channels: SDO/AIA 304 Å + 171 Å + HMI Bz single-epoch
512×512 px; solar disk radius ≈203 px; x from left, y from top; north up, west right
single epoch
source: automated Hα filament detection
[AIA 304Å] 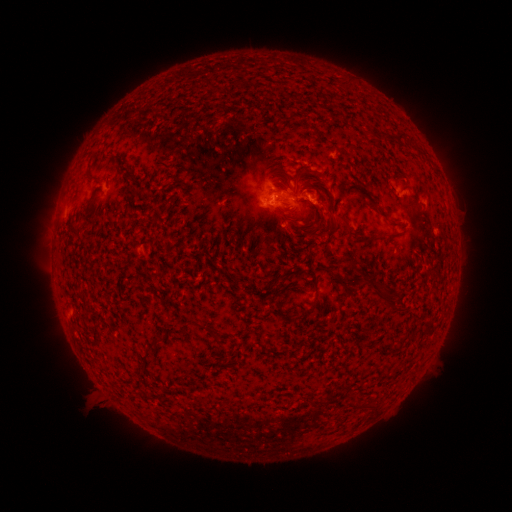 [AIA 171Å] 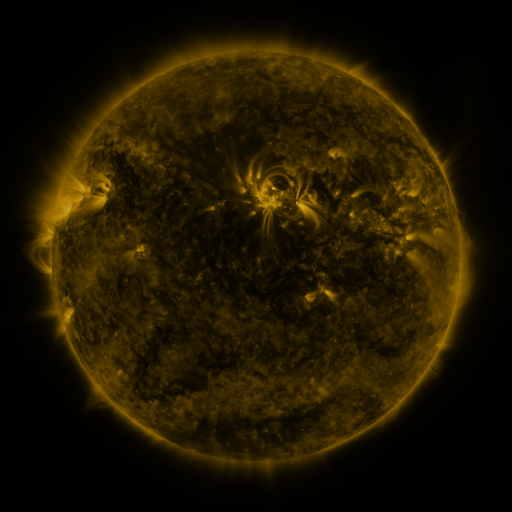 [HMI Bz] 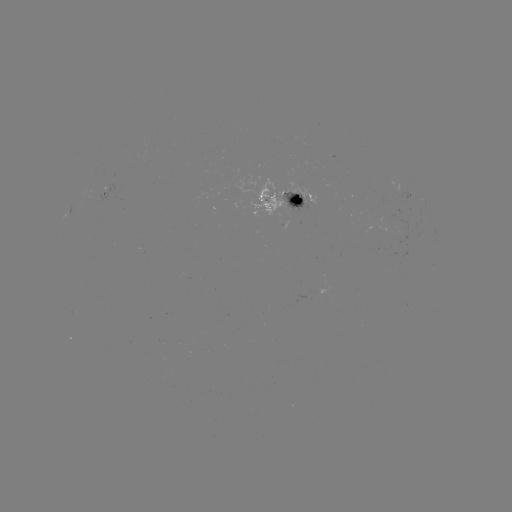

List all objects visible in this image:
filament: (396, 138)
filament: (286, 174)
filament: (297, 180)
filament: (92, 198)
filament: (378, 208)
filament: (328, 216)
filament: (348, 229)
filament: (396, 235)
filament: (287, 276)
filament: (339, 278)
filament: (389, 295)
filament: (313, 308)
filament: (281, 314)
filament: (197, 324)
filament: (213, 332)
filament: (155, 343)
filament: (372, 406)
